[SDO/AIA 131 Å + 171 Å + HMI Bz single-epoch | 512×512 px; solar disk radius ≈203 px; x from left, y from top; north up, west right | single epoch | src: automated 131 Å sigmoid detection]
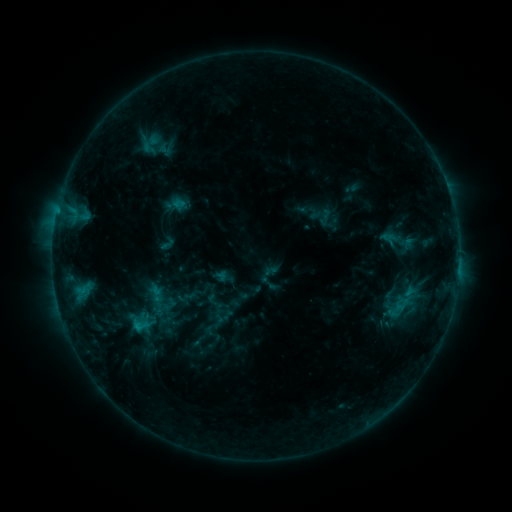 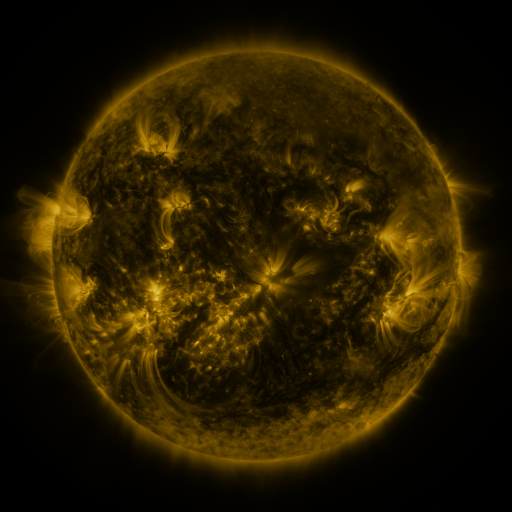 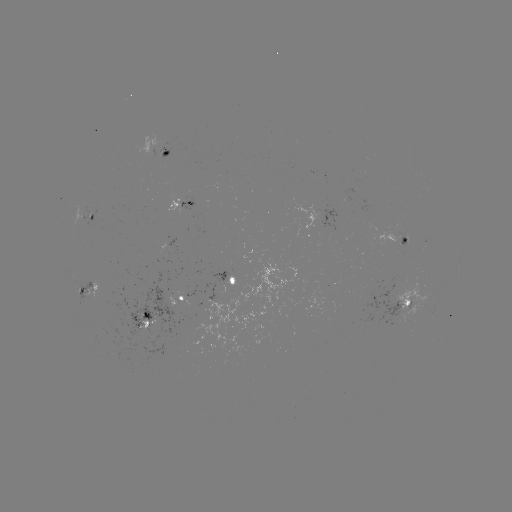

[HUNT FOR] sigmoid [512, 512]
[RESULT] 167,244